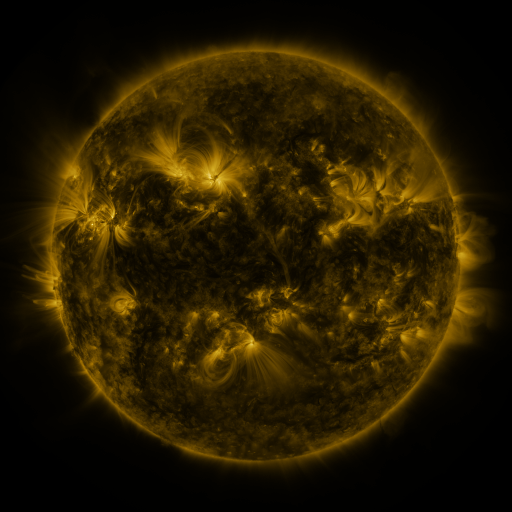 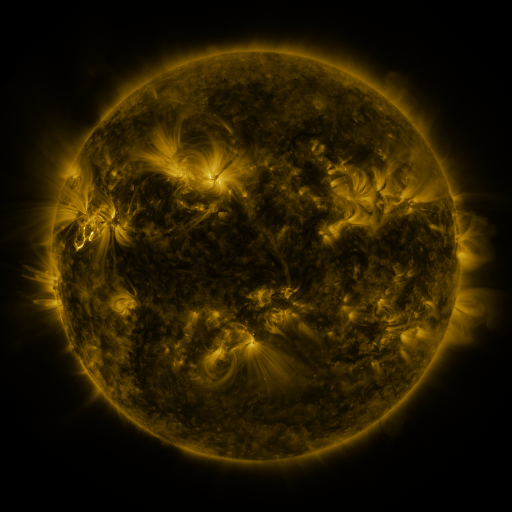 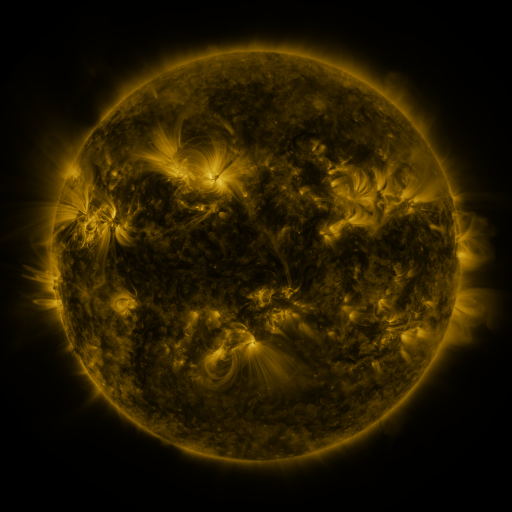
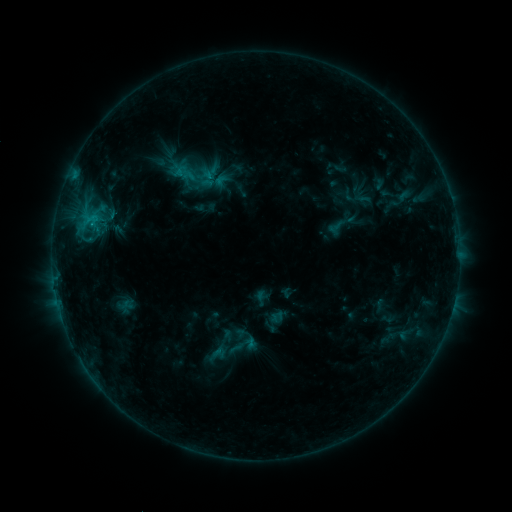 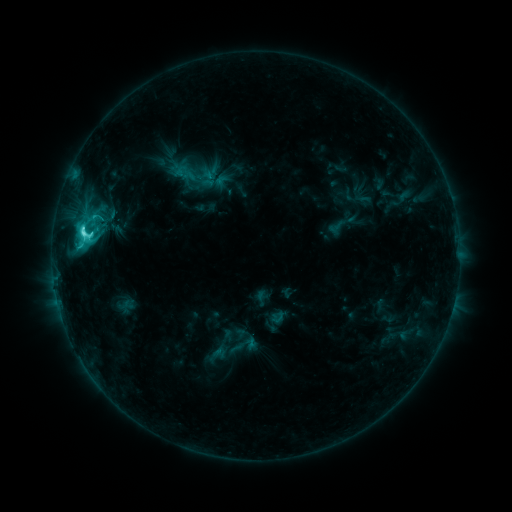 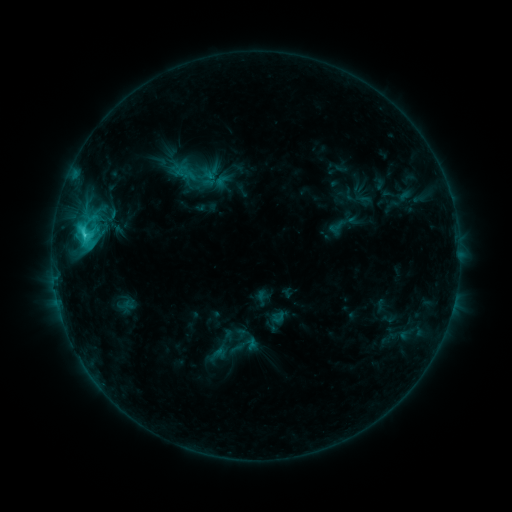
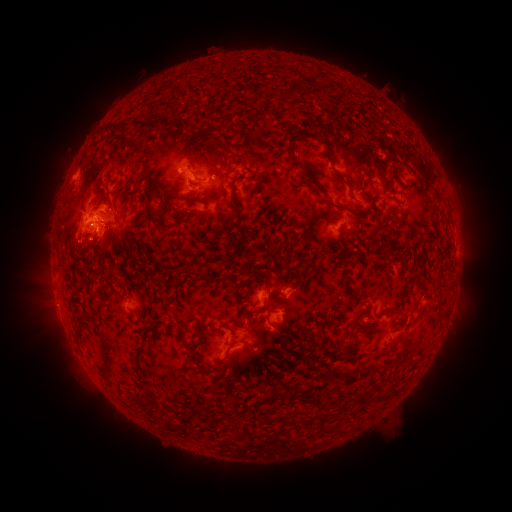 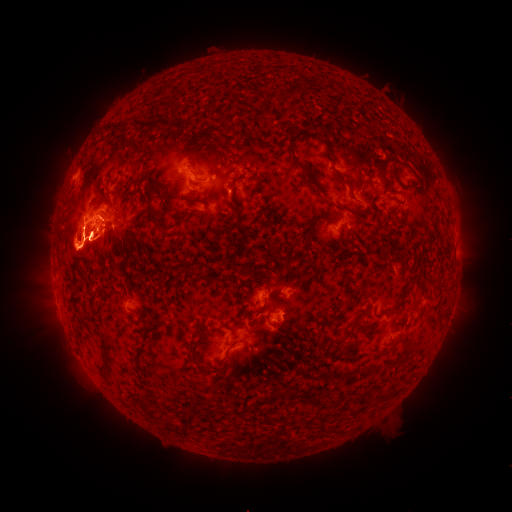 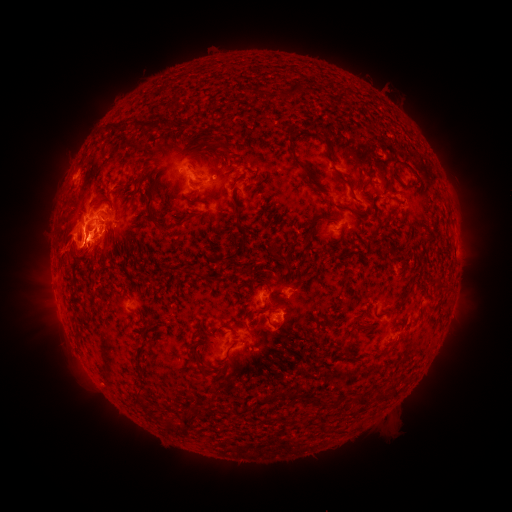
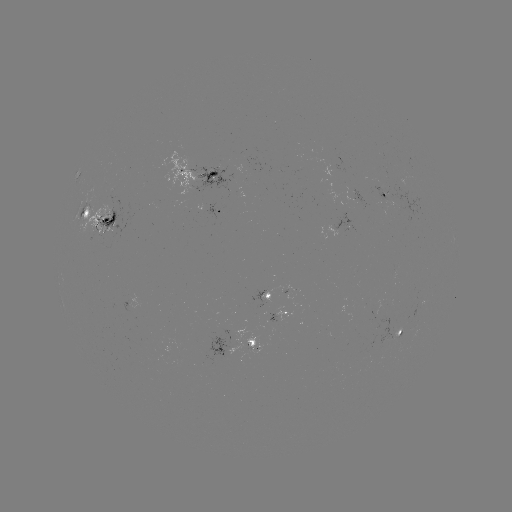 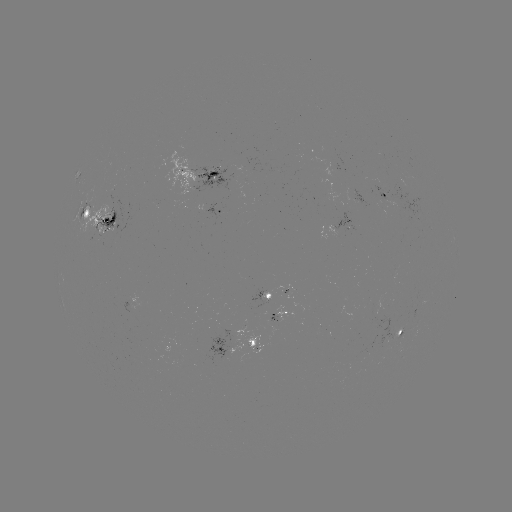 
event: eruption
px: (71, 247)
